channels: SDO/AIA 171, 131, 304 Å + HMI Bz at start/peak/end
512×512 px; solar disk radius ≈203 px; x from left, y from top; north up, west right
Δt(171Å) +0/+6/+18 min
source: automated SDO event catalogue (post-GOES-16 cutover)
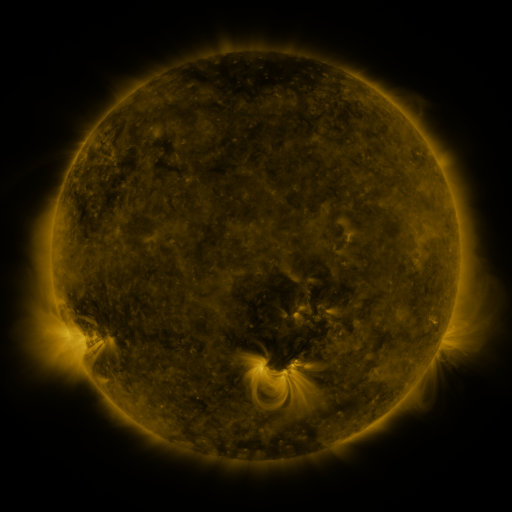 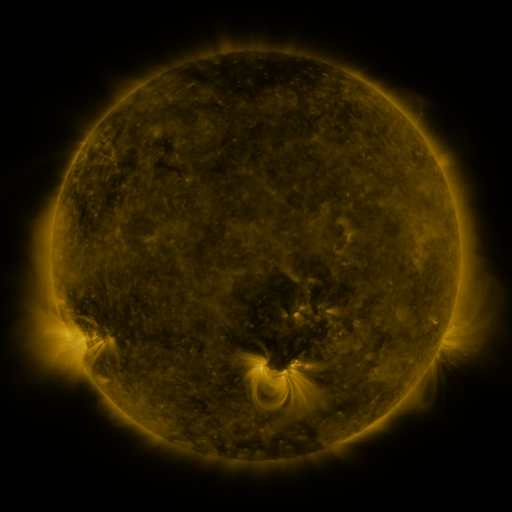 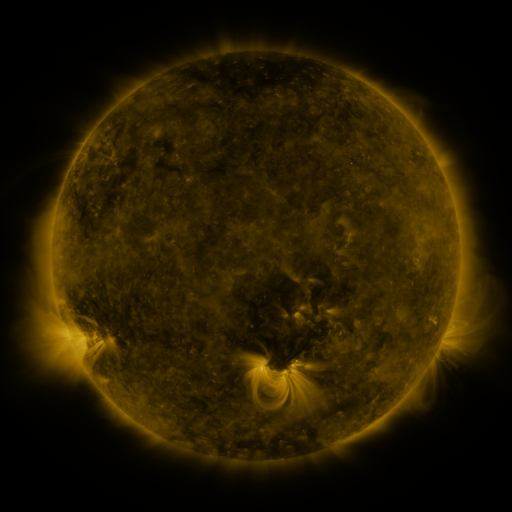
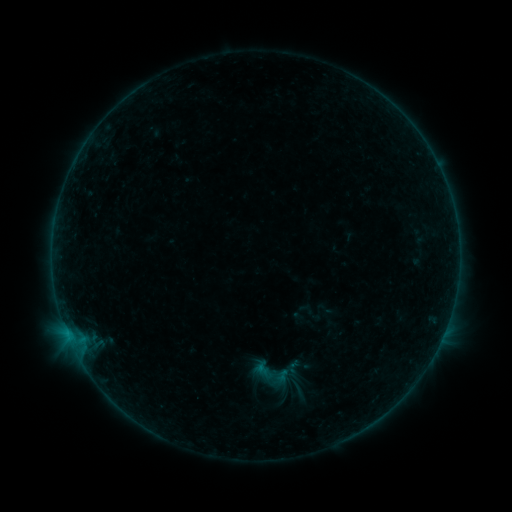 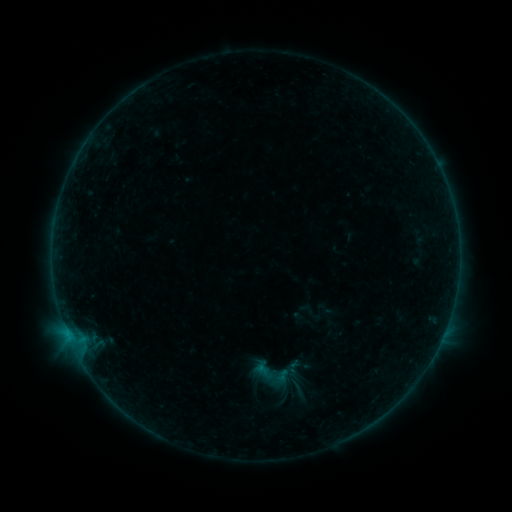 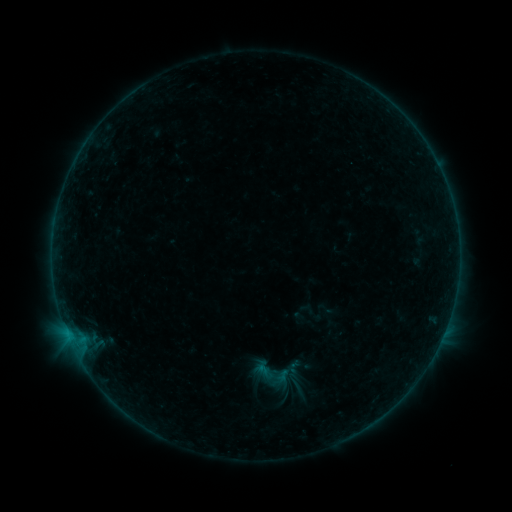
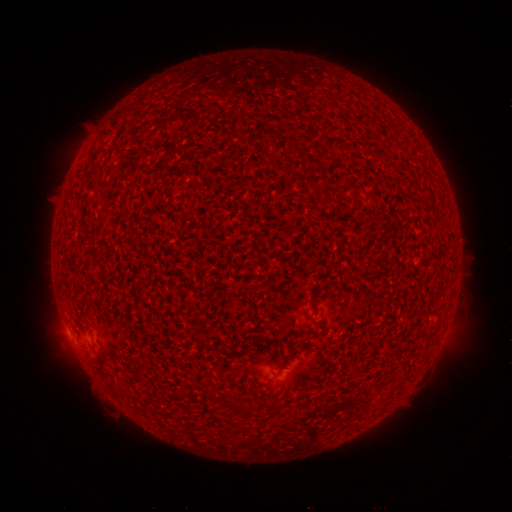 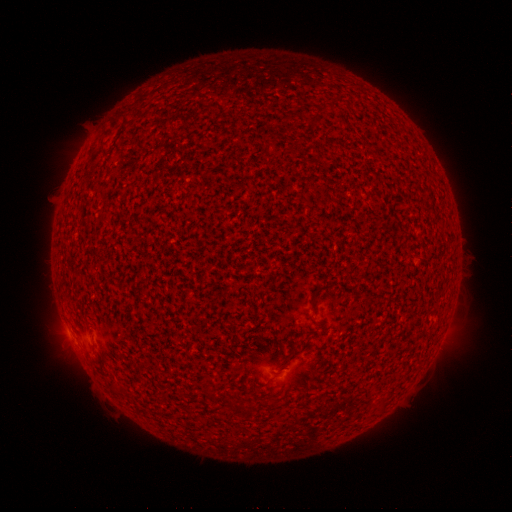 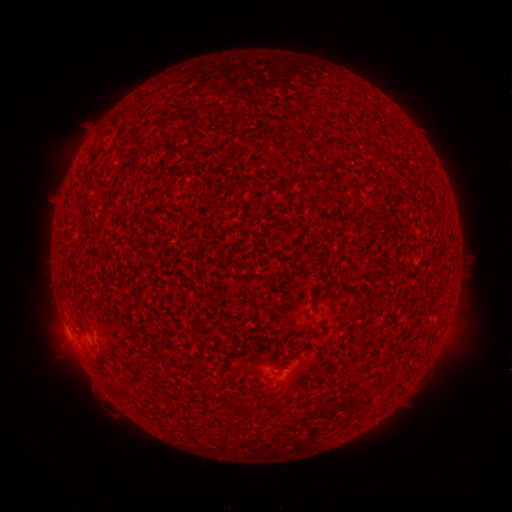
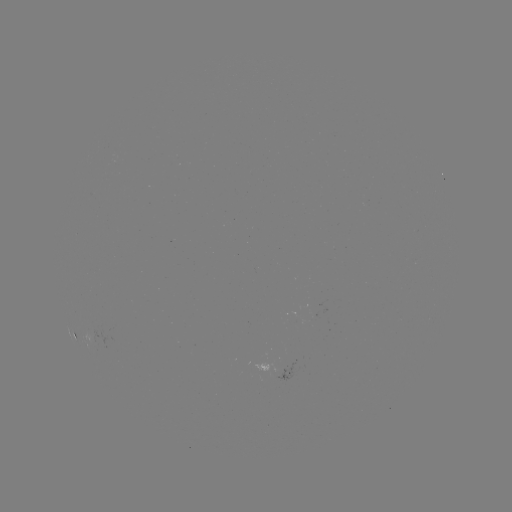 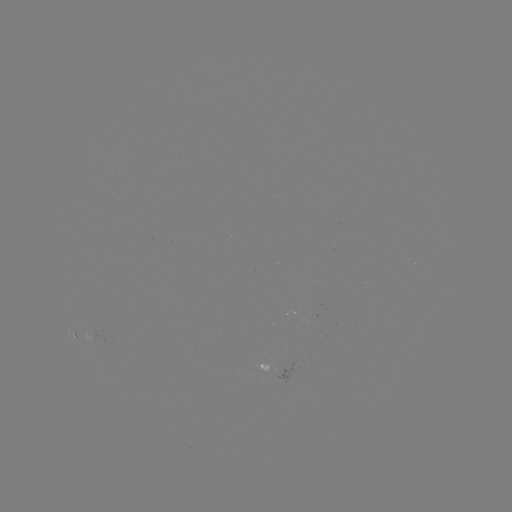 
nothing was catalogued: no classed flare, no EUV trigger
